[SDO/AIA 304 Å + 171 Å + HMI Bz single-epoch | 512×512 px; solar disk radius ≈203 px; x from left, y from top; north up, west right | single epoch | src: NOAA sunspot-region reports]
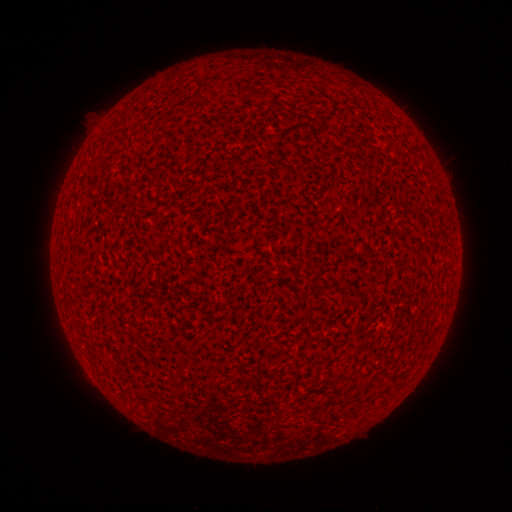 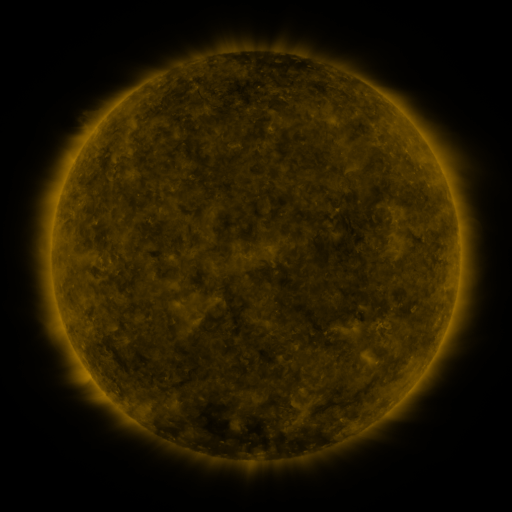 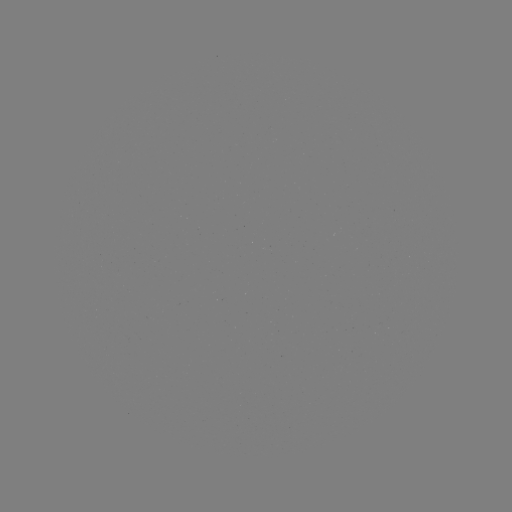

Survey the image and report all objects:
(none)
